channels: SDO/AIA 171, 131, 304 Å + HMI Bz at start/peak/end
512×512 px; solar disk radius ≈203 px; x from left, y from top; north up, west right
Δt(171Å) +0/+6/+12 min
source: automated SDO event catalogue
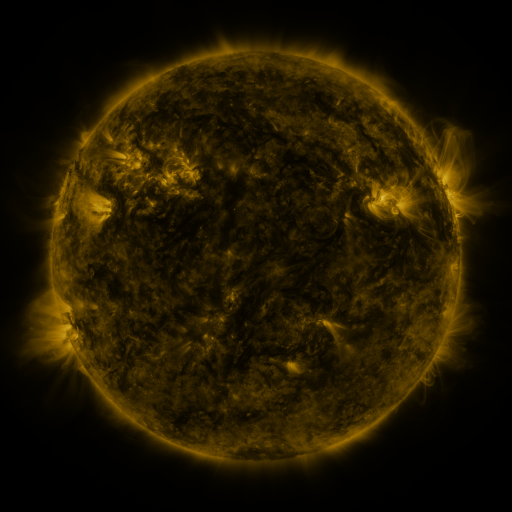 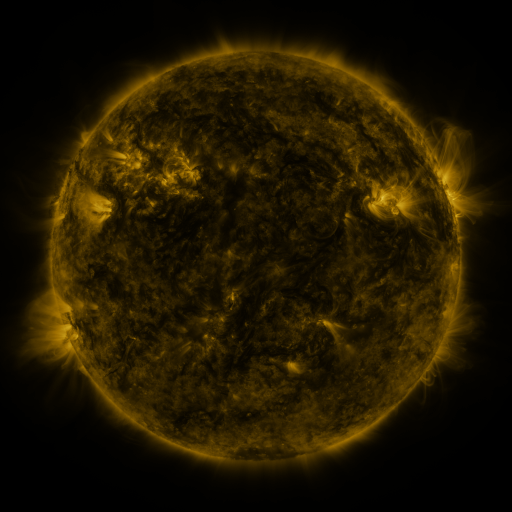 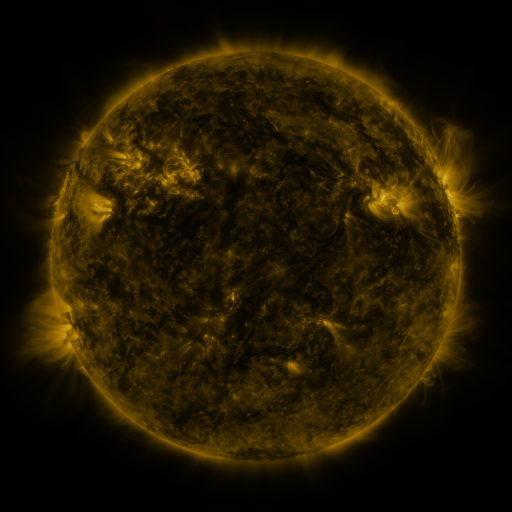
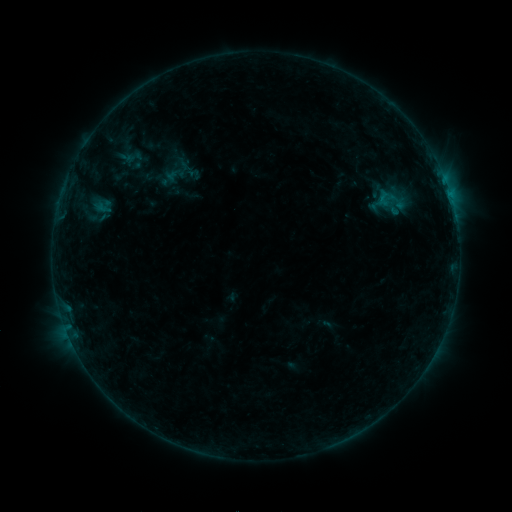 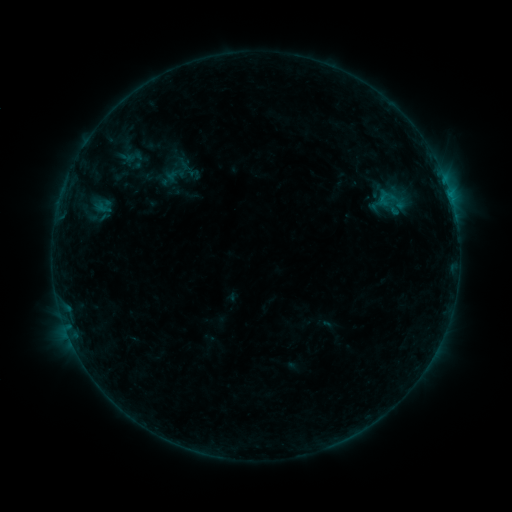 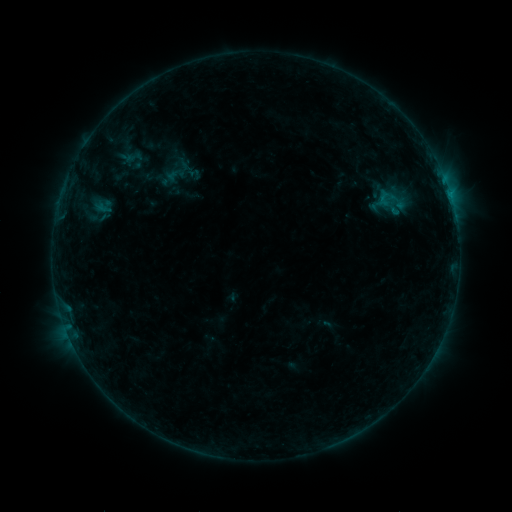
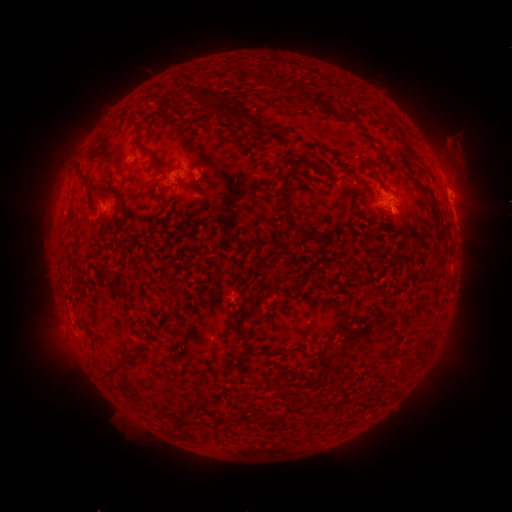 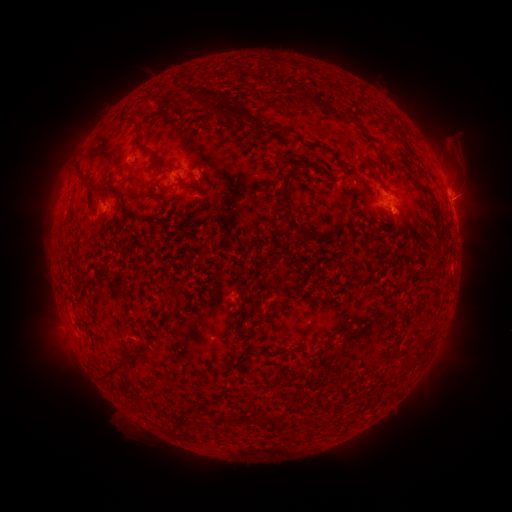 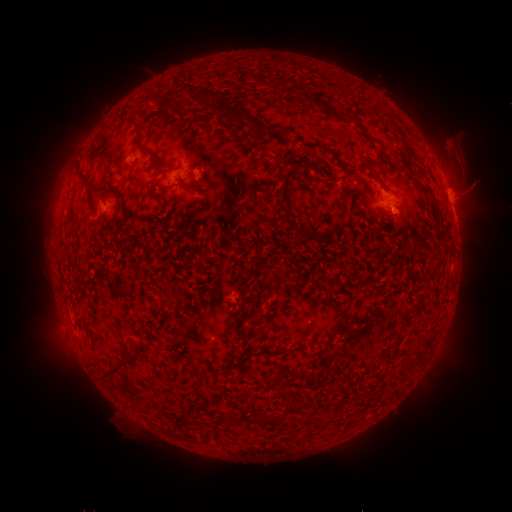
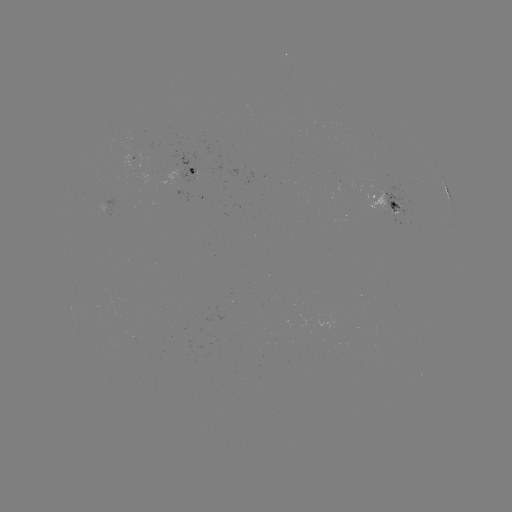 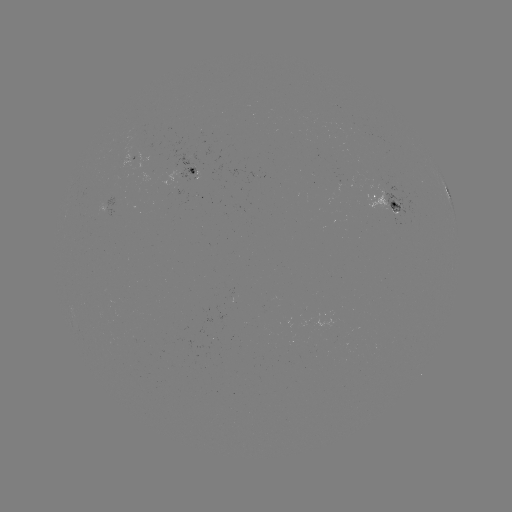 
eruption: <bbox>451, 169, 498, 216</bbox>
